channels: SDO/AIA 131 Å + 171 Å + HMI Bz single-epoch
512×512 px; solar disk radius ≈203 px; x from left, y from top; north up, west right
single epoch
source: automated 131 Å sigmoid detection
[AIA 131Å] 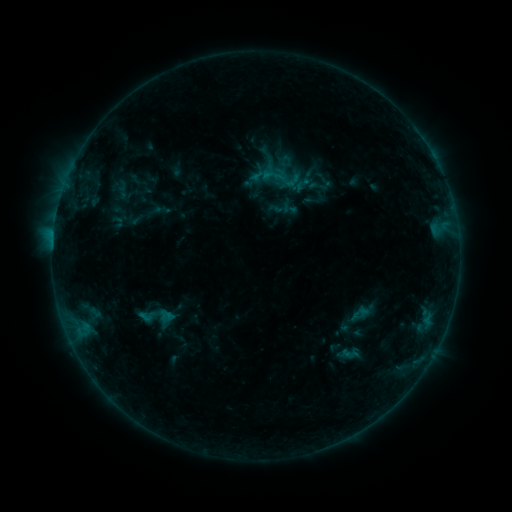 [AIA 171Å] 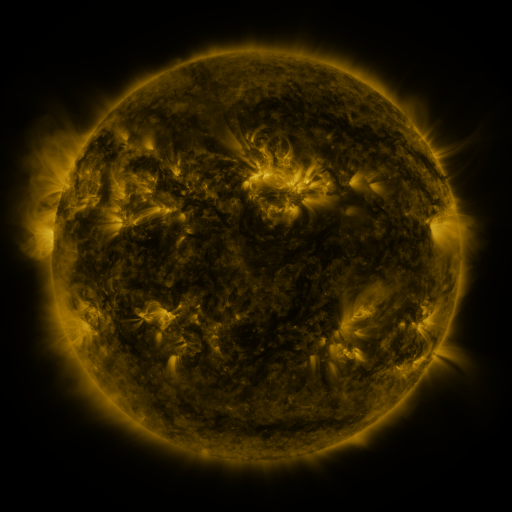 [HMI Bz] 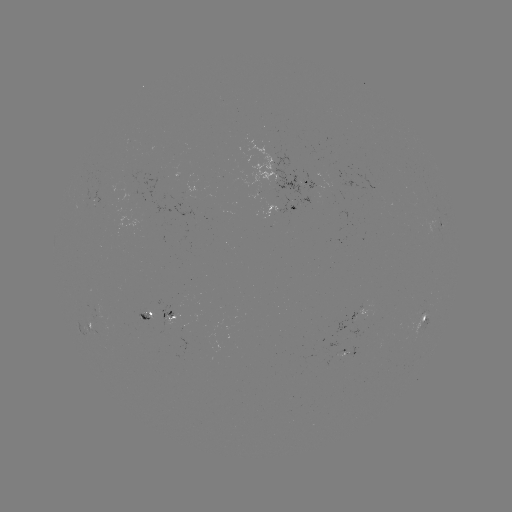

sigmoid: (291, 175, 313, 194)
